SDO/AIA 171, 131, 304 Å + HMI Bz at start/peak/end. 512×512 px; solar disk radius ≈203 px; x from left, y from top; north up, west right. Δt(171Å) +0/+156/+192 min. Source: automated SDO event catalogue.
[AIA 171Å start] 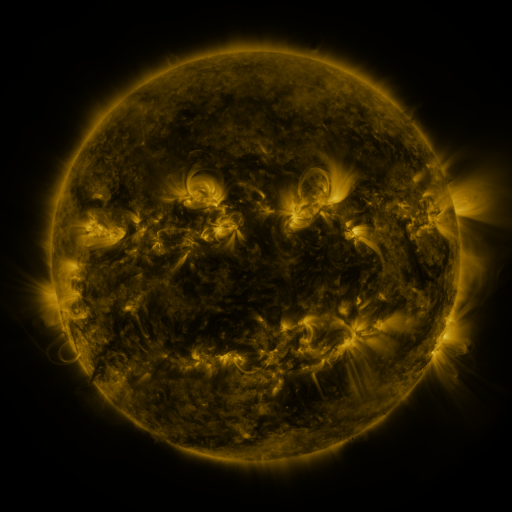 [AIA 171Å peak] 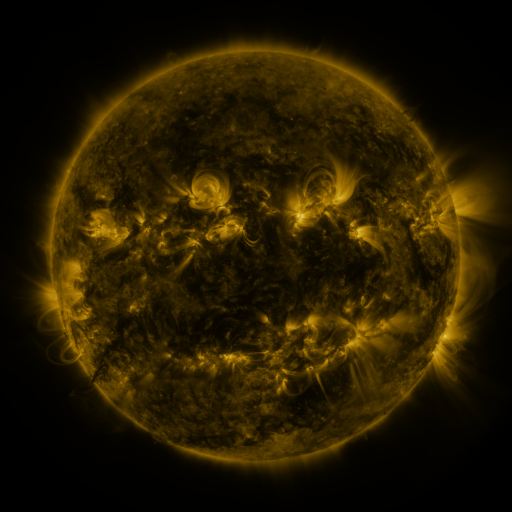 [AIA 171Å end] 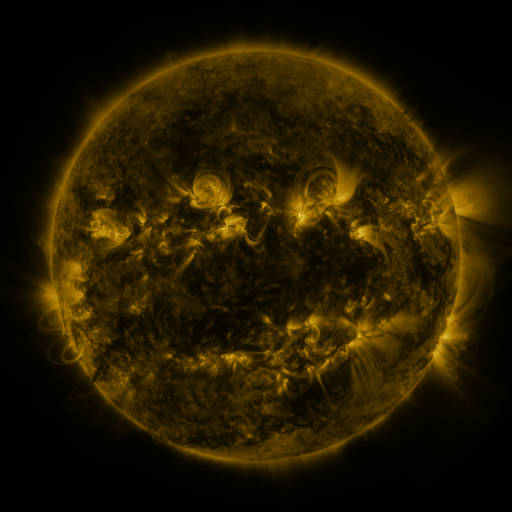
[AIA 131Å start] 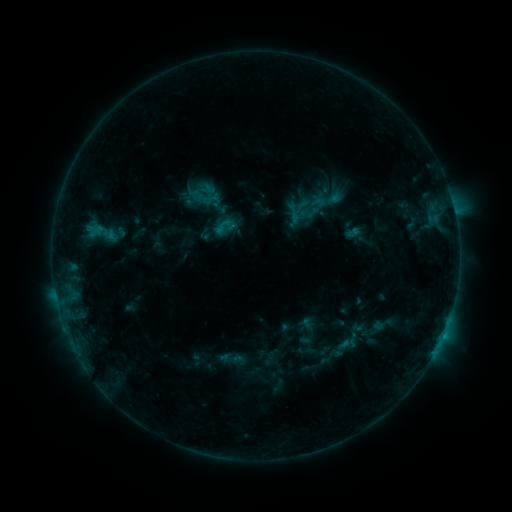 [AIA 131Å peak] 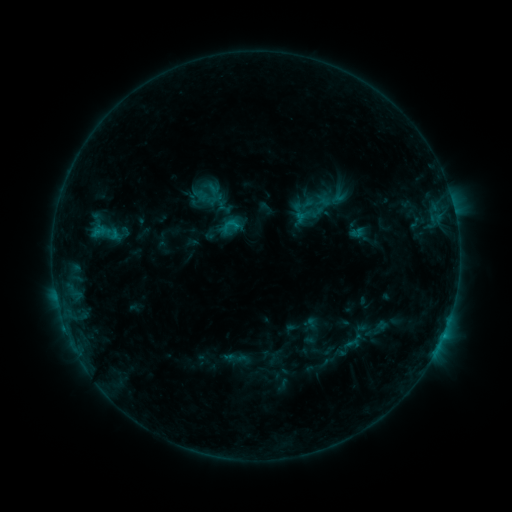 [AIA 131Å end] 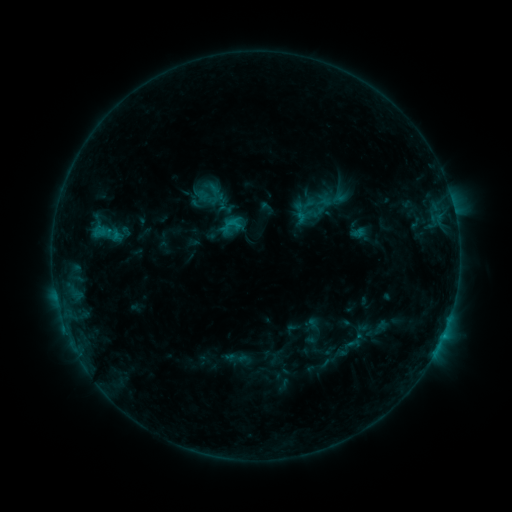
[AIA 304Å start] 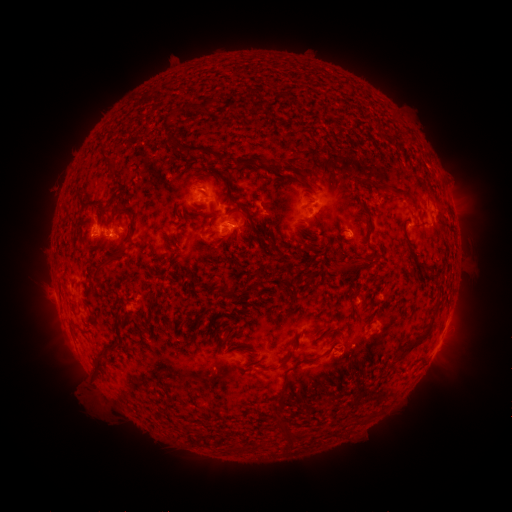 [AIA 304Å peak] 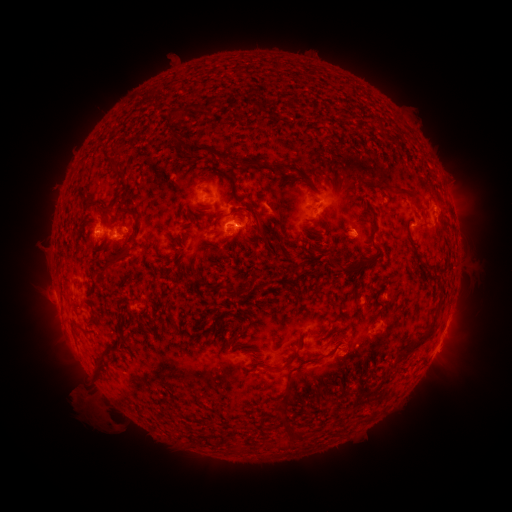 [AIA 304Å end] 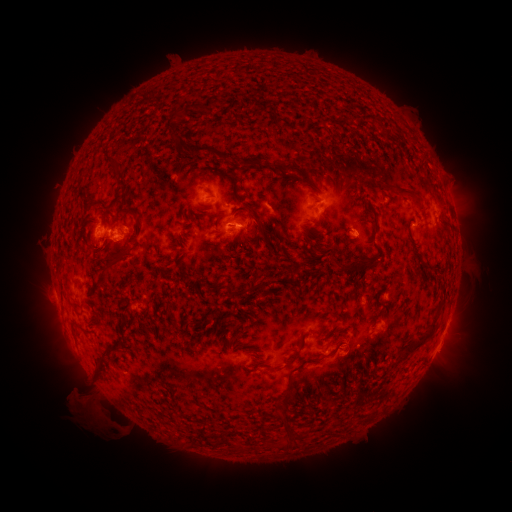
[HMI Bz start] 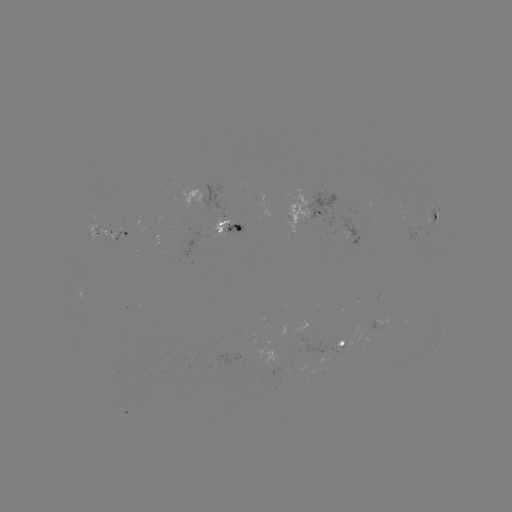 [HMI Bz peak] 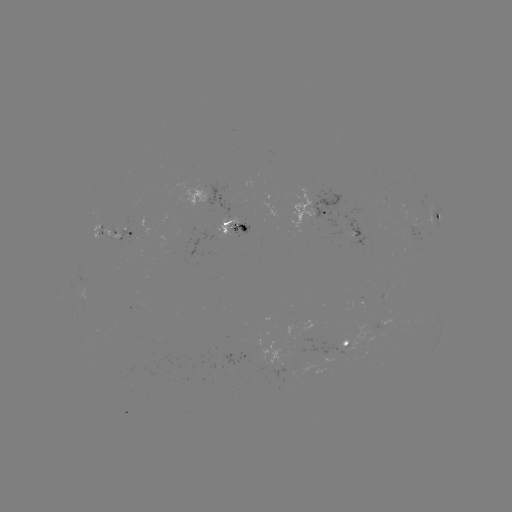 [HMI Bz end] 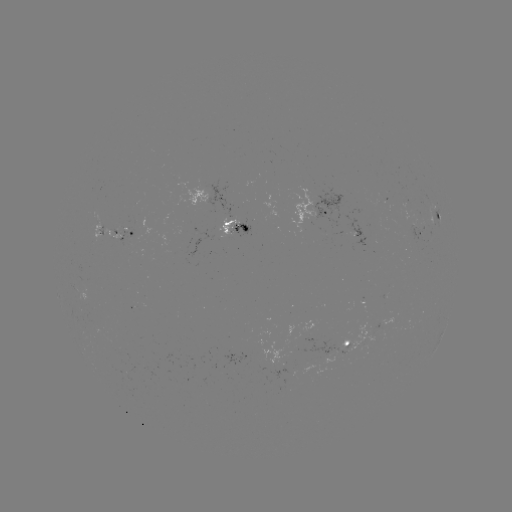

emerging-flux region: (215, 216, 238, 238)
